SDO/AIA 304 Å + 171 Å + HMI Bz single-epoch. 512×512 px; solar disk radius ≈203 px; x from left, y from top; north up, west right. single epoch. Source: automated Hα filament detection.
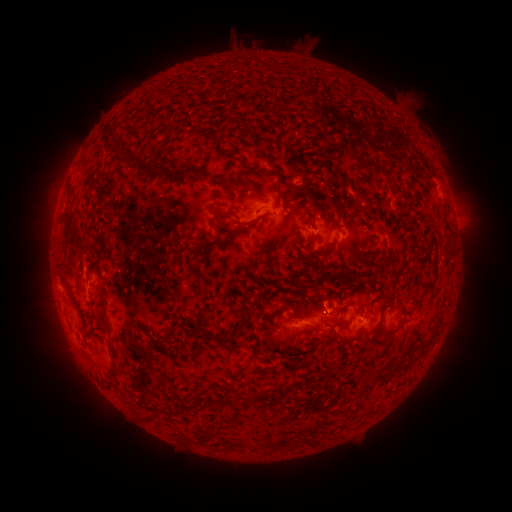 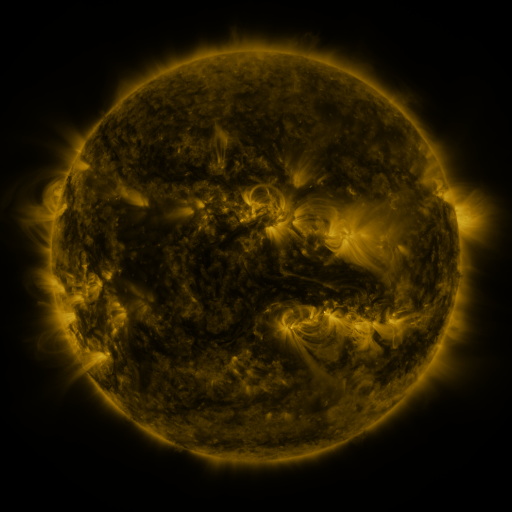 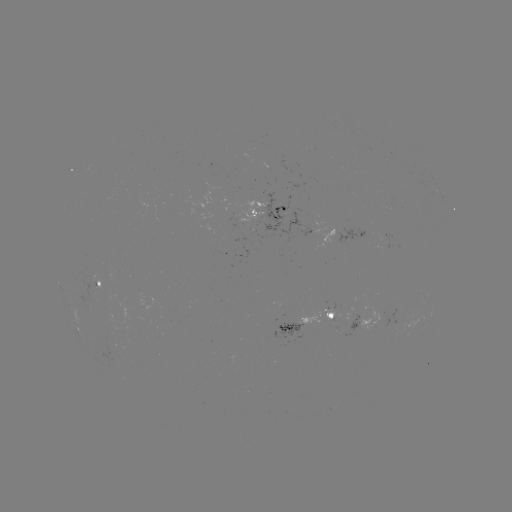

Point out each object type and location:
filament: (115, 135)
filament: (363, 160)
filament: (252, 172)
filament: (156, 173)
filament: (341, 177)
filament: (243, 187)
filament: (71, 219)
filament: (237, 222)
filament: (84, 239)
filament: (312, 241)
filament: (201, 246)
filament: (314, 291)
filament: (287, 305)
filament: (106, 325)
filament: (201, 325)
filament: (321, 334)
filament: (221, 338)
filament: (261, 340)
filament: (109, 346)
filament: (404, 366)
filament: (109, 378)
filament: (280, 443)
